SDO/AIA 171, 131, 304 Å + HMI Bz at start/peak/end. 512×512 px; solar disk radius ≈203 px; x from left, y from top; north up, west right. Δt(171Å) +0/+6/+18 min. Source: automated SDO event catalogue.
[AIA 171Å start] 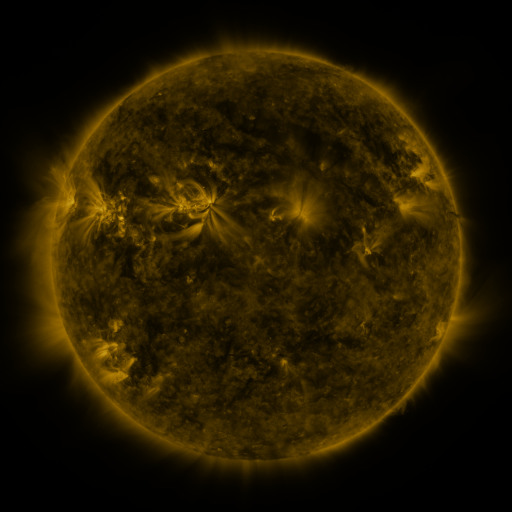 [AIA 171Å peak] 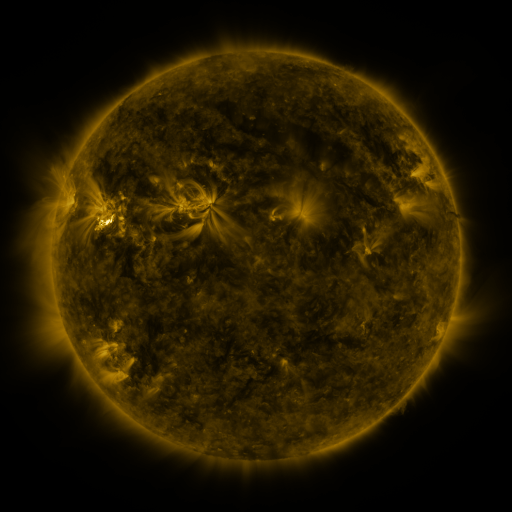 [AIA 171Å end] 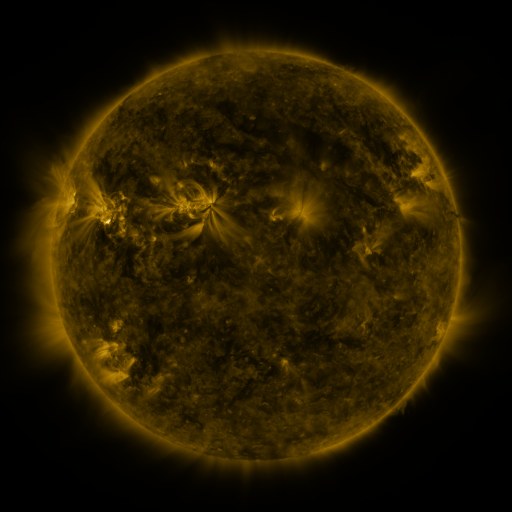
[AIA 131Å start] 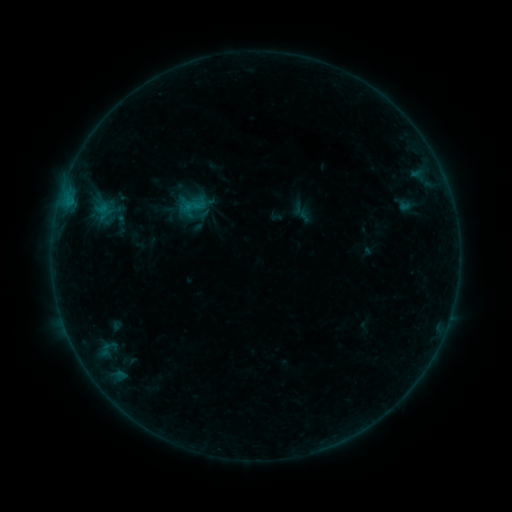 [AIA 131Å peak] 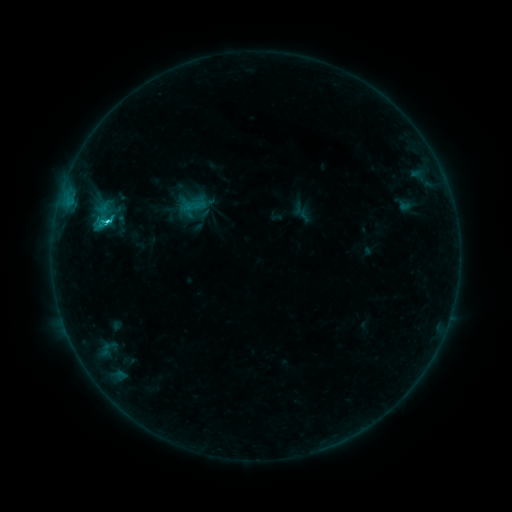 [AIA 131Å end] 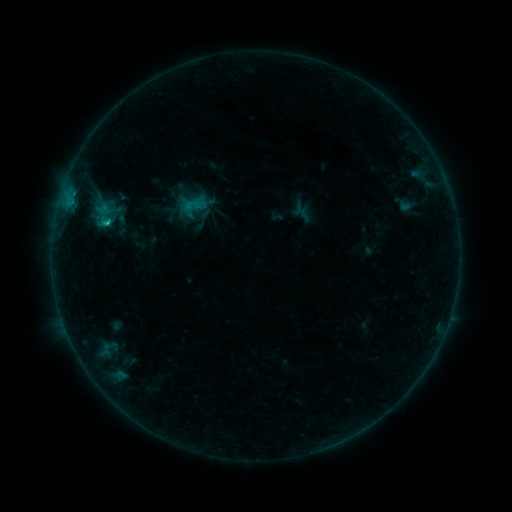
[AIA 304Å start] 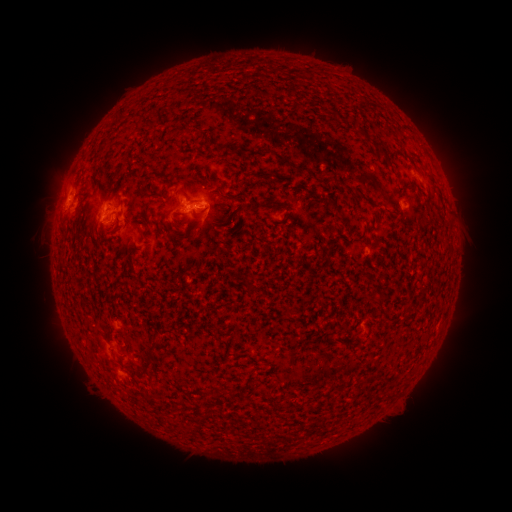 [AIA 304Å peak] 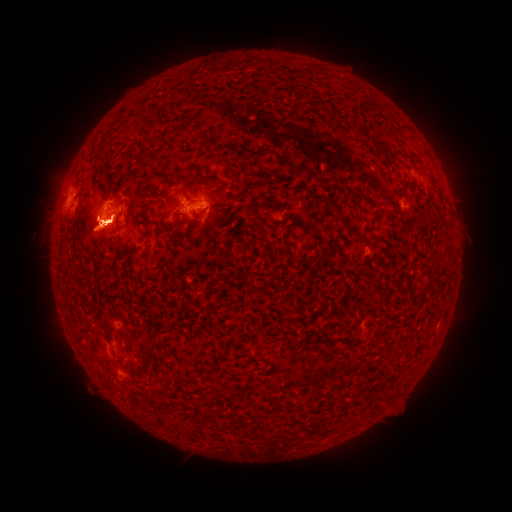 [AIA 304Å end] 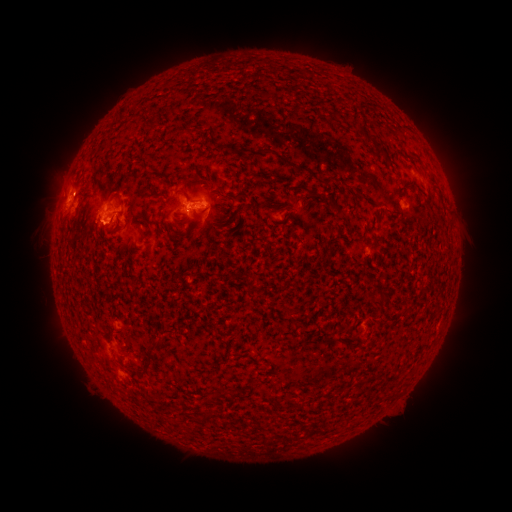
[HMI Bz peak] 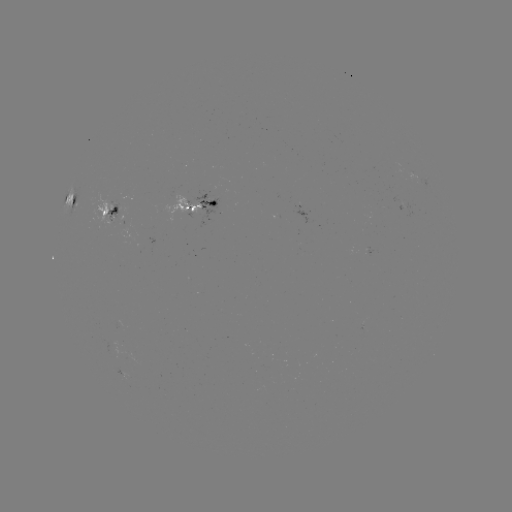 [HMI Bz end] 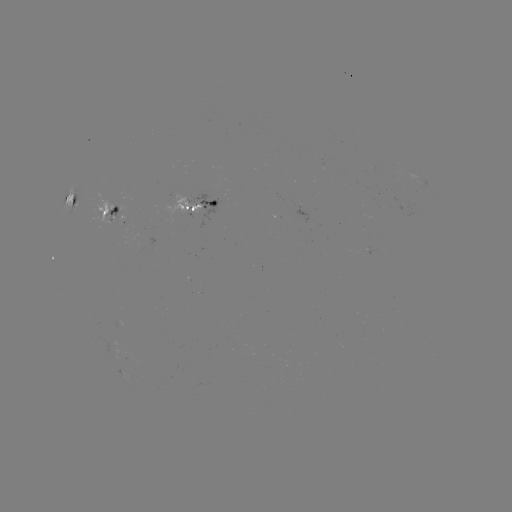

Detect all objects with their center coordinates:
C2.3 flare: (108, 223)
